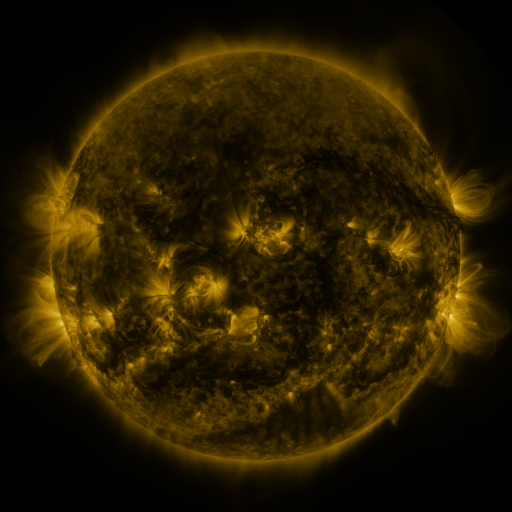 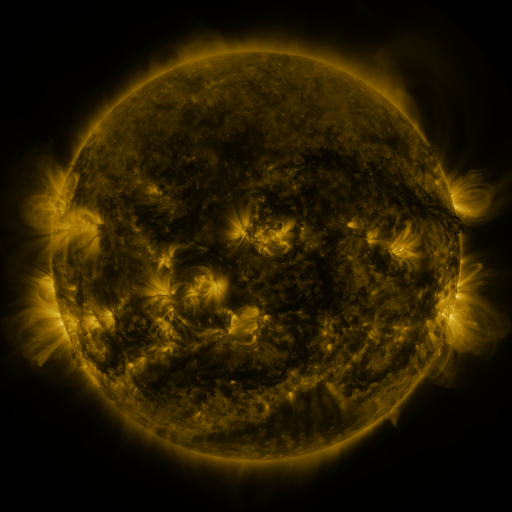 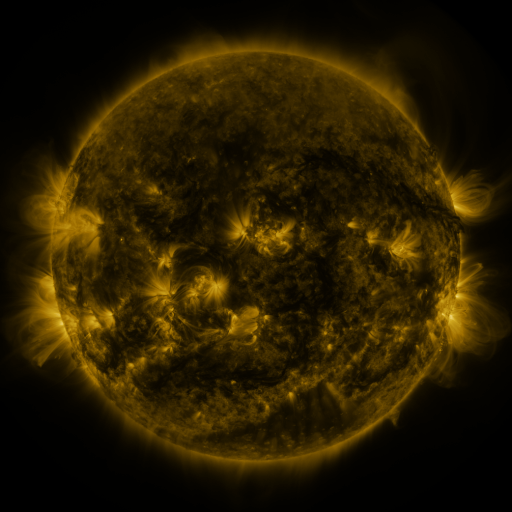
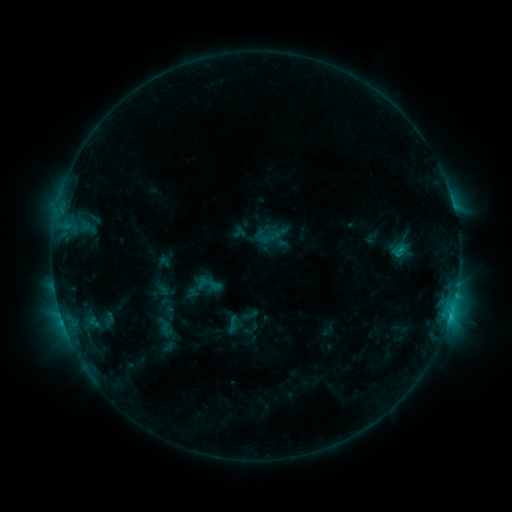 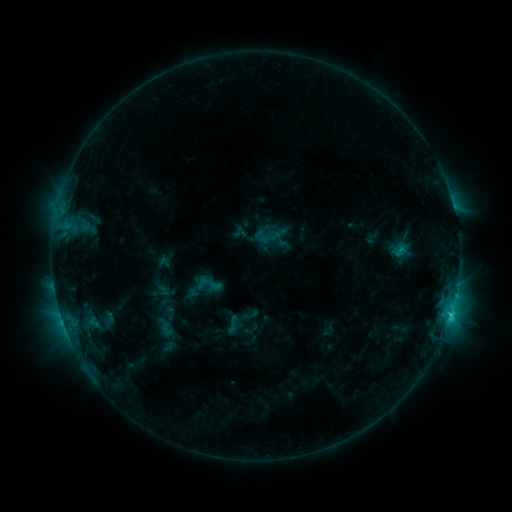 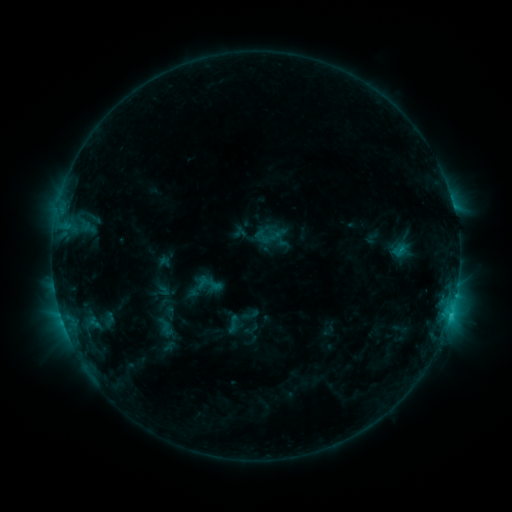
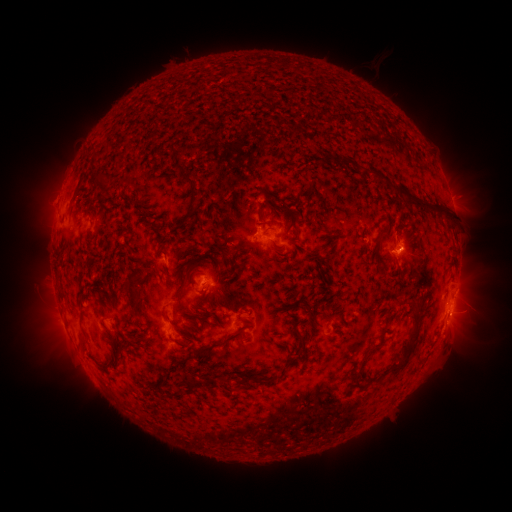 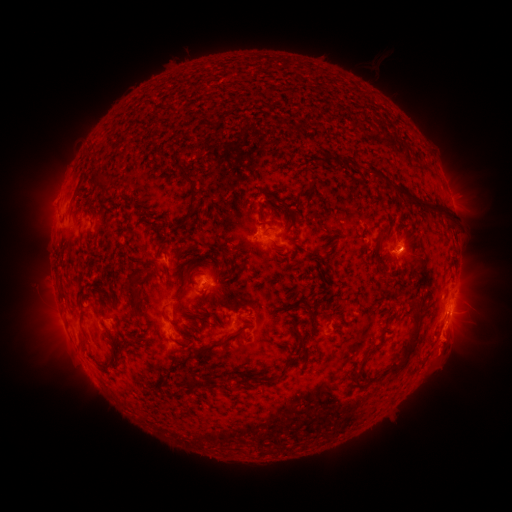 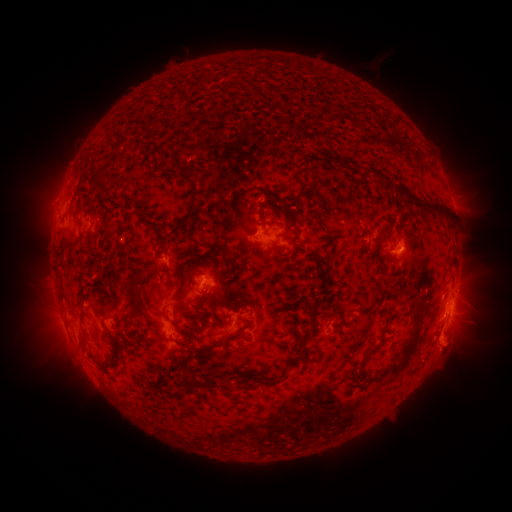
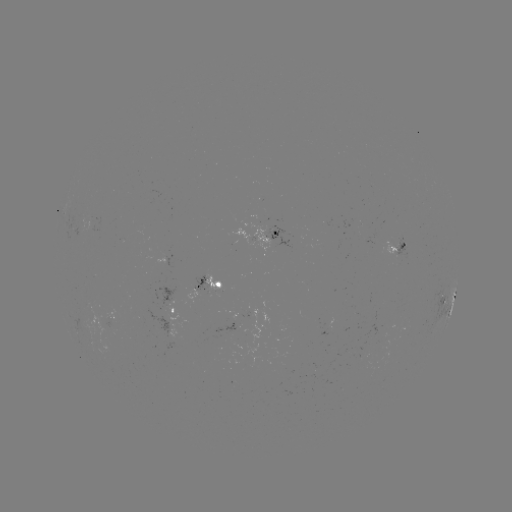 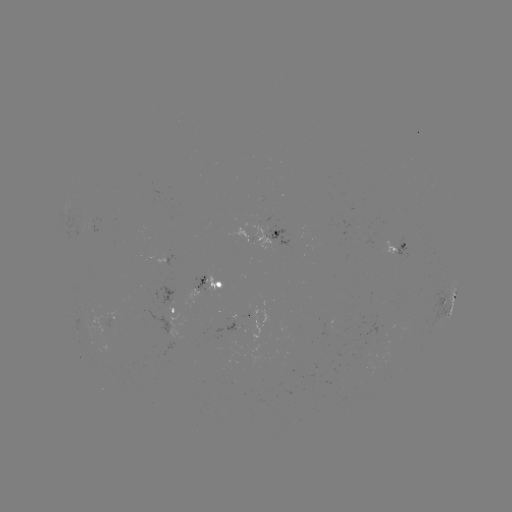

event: eruption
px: (450, 342)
